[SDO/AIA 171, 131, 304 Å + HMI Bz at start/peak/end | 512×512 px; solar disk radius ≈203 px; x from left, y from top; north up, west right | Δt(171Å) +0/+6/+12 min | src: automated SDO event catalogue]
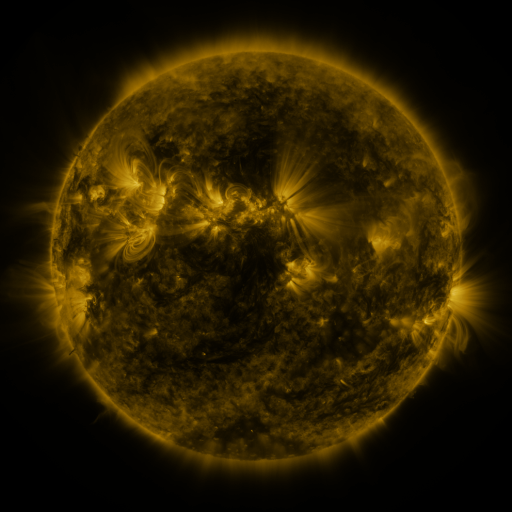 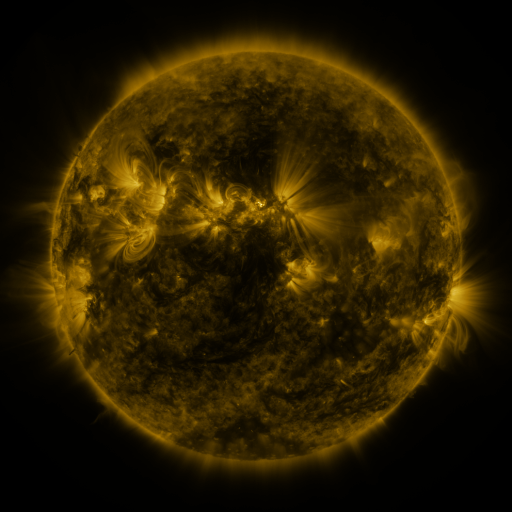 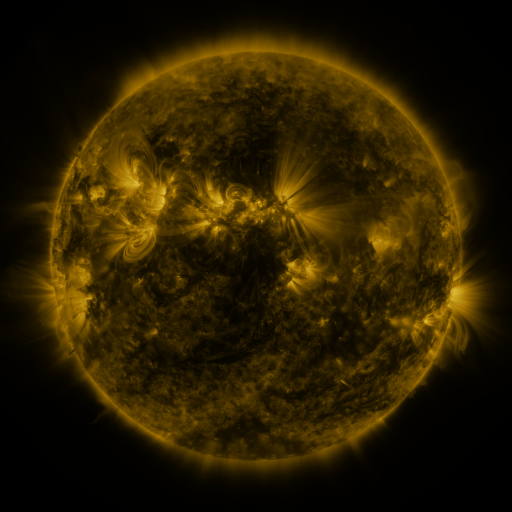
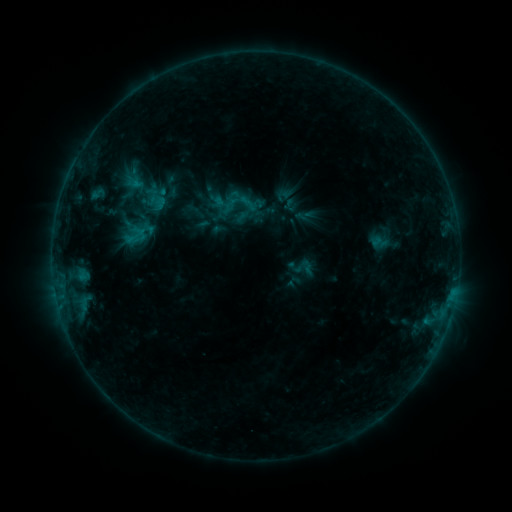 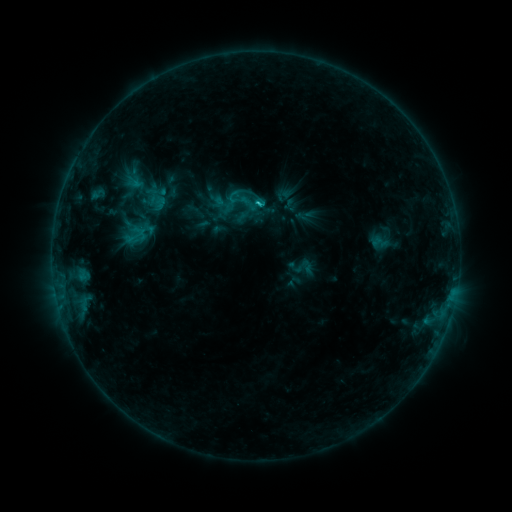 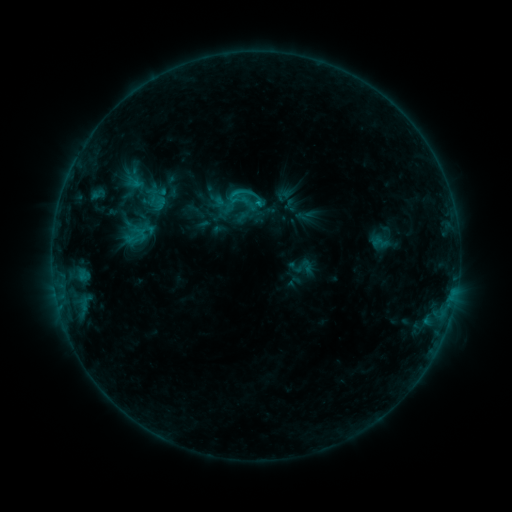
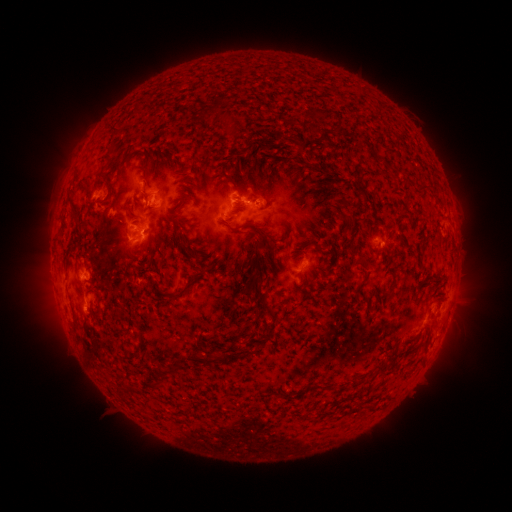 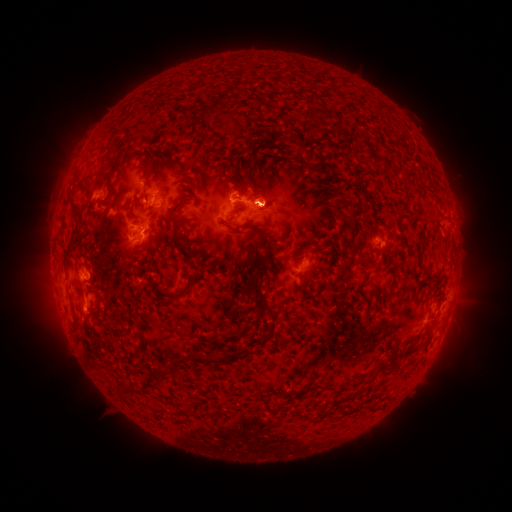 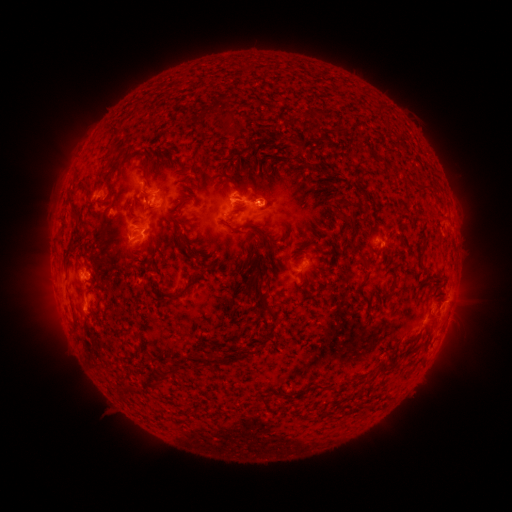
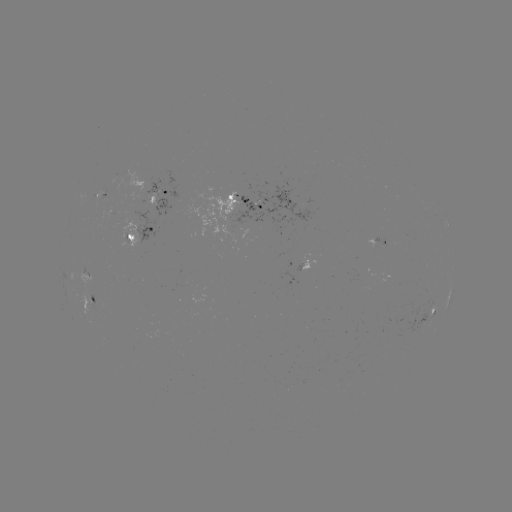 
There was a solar flare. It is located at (256, 206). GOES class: C1.3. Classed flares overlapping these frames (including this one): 1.